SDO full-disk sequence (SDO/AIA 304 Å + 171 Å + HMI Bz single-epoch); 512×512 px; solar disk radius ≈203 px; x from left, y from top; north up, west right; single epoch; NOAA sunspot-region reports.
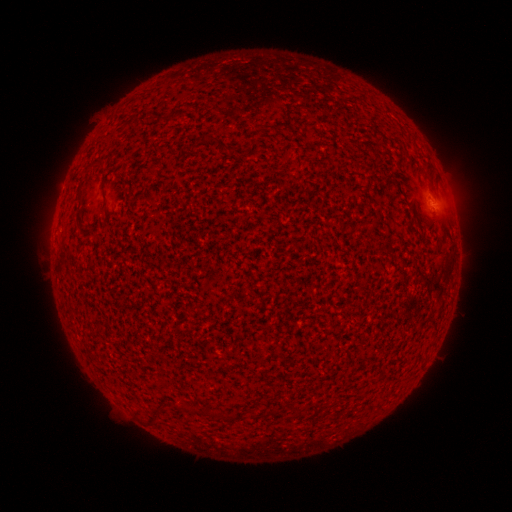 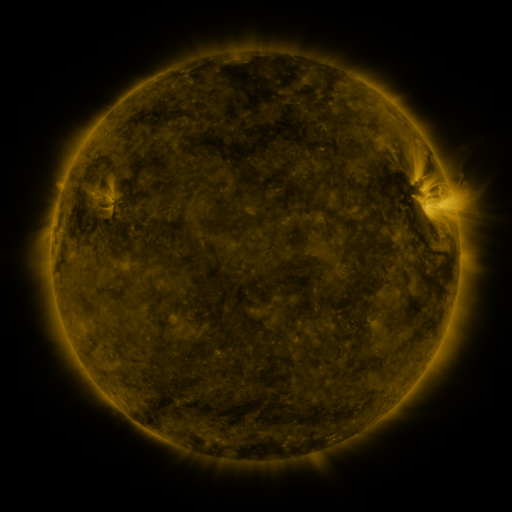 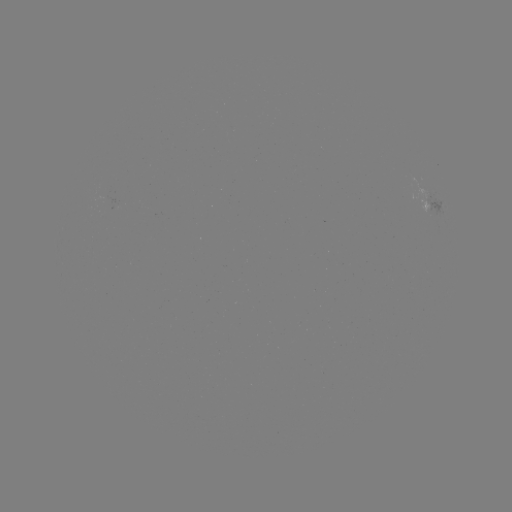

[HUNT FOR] spotted active region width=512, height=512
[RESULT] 432,206